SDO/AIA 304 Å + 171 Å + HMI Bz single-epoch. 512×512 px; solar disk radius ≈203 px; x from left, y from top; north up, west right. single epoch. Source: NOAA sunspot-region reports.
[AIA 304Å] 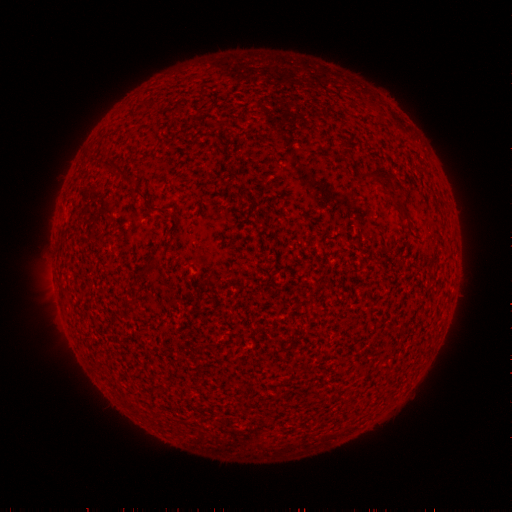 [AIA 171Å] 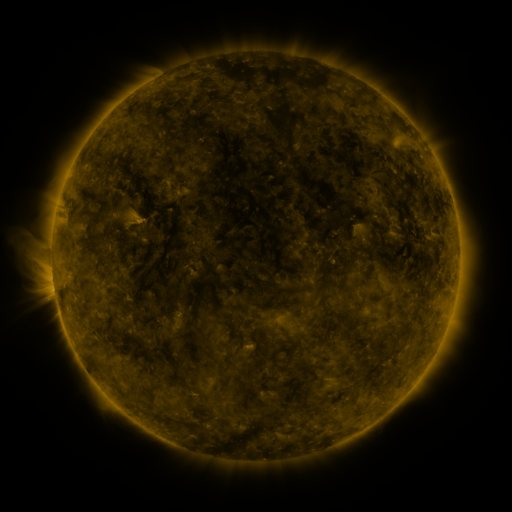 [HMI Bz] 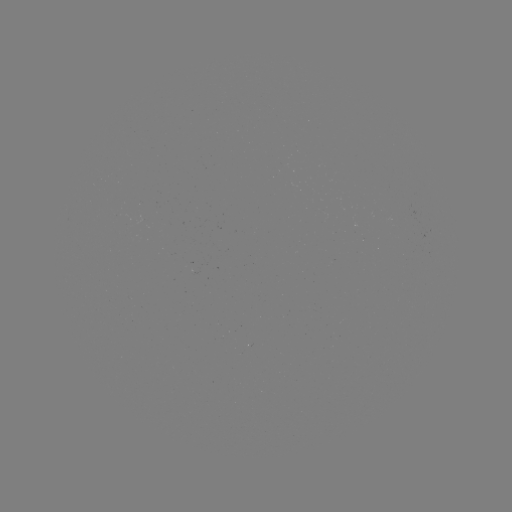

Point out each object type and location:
(none)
